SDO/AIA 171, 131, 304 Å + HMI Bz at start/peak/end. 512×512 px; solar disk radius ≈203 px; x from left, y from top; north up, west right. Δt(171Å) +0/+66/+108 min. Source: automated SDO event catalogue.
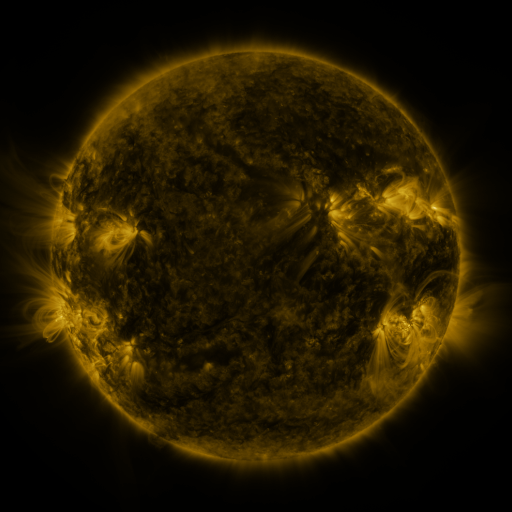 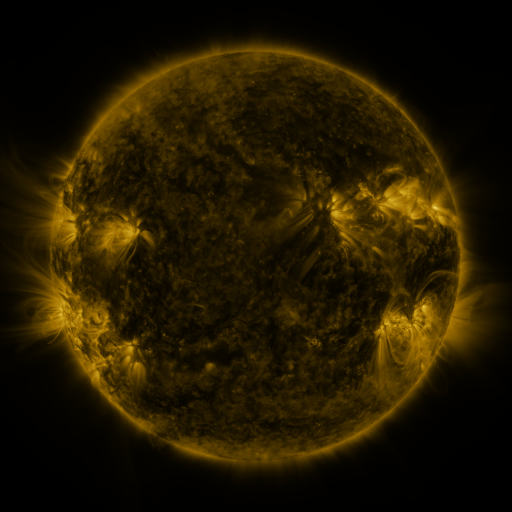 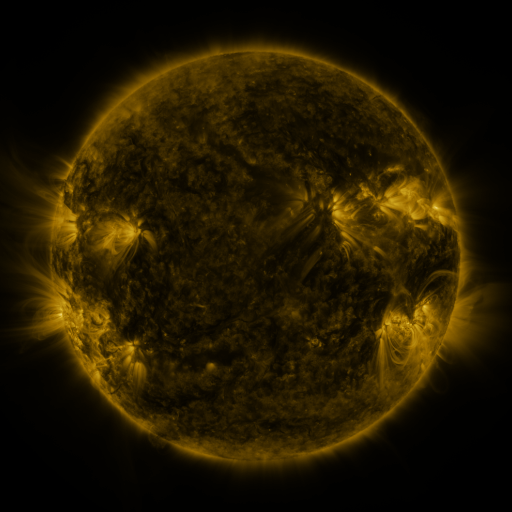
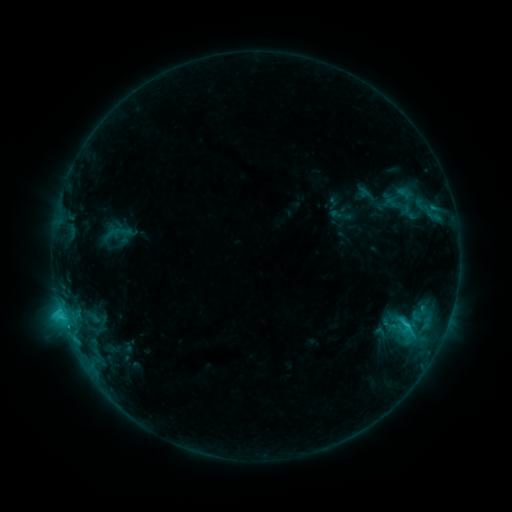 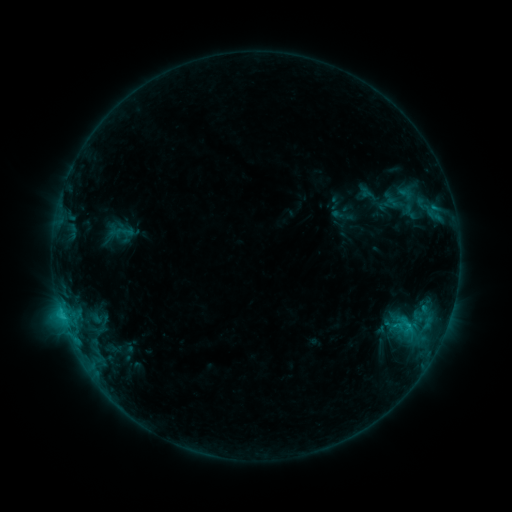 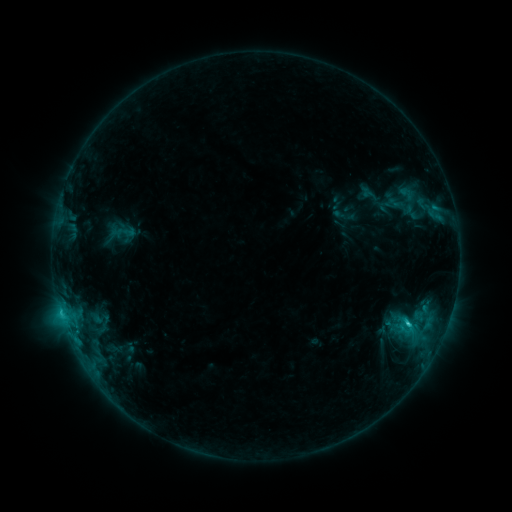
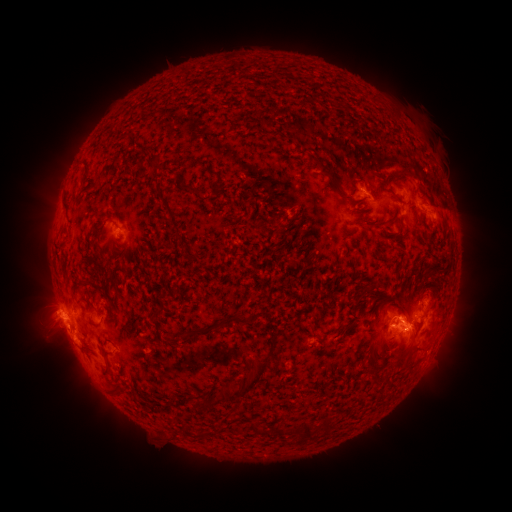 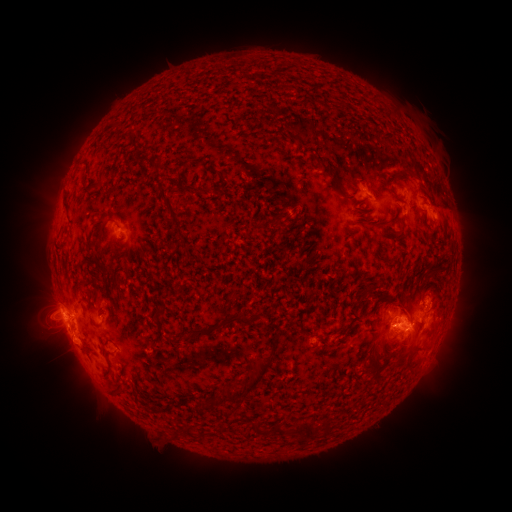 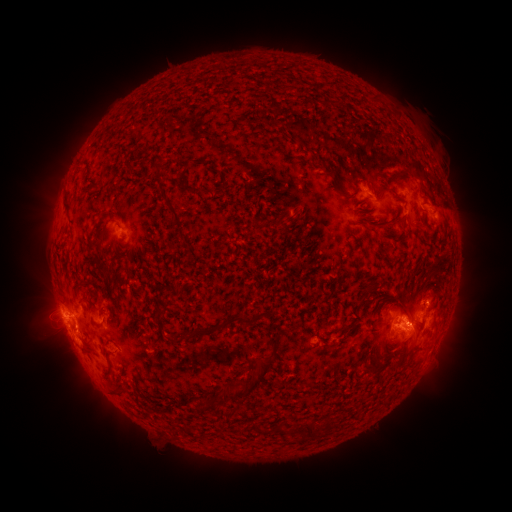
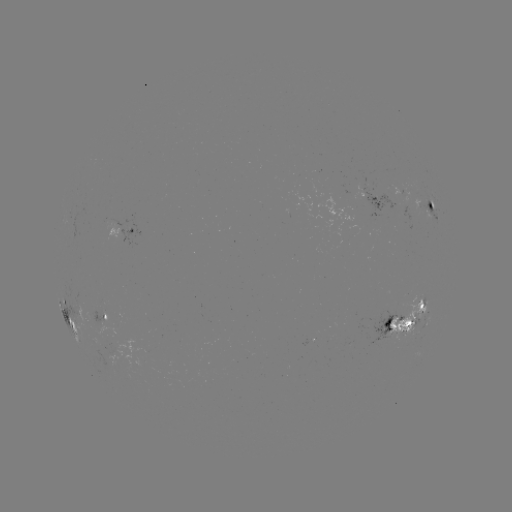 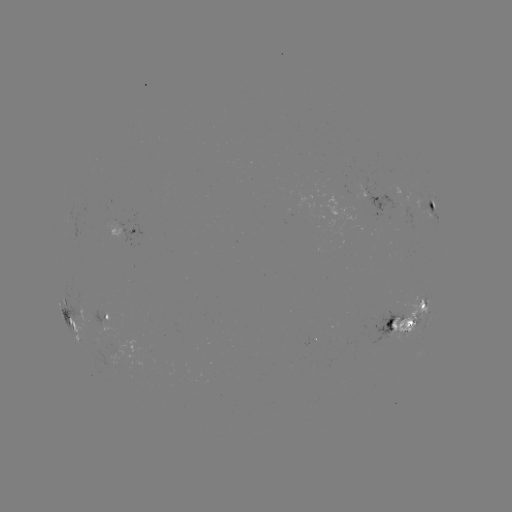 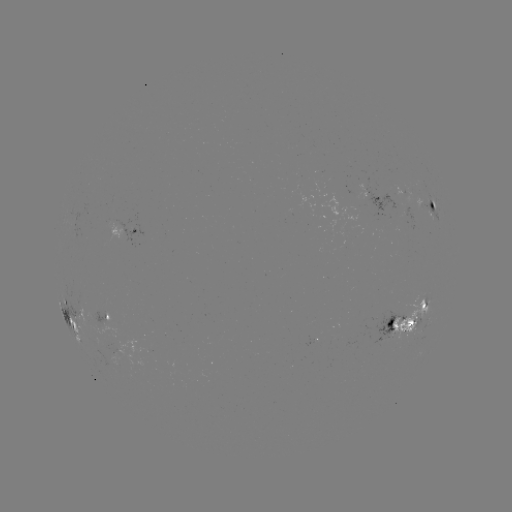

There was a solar emerging-flux region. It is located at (409, 187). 